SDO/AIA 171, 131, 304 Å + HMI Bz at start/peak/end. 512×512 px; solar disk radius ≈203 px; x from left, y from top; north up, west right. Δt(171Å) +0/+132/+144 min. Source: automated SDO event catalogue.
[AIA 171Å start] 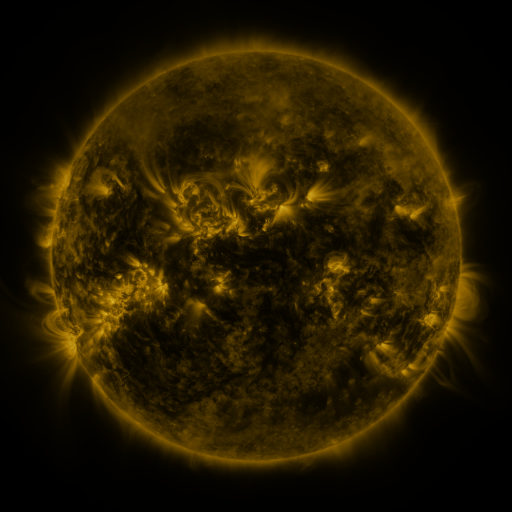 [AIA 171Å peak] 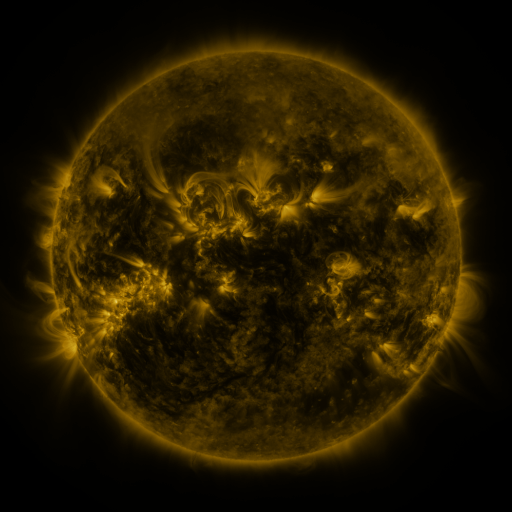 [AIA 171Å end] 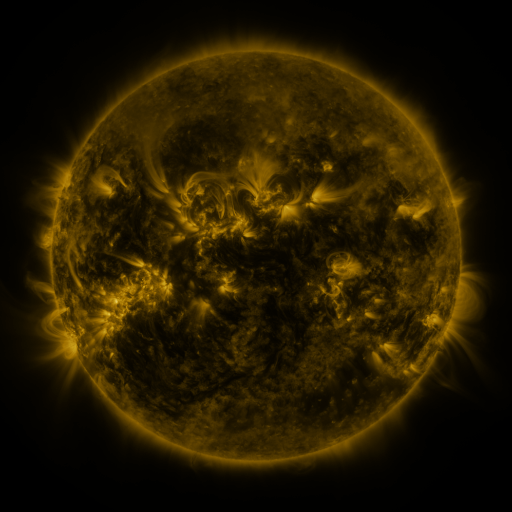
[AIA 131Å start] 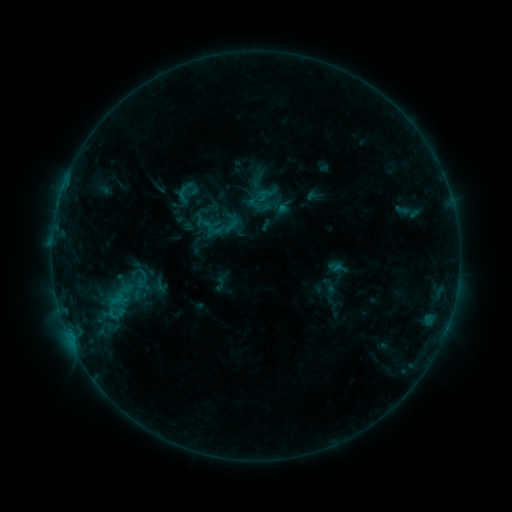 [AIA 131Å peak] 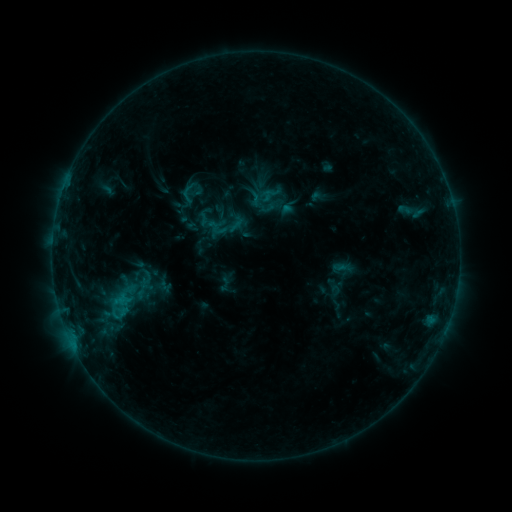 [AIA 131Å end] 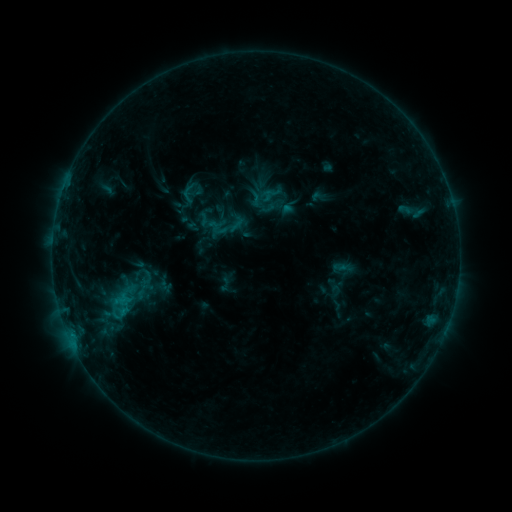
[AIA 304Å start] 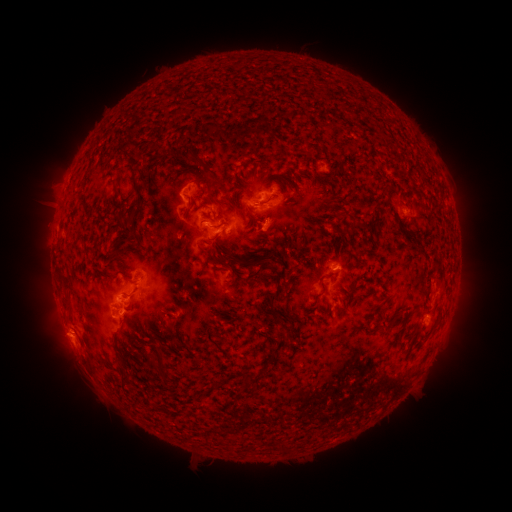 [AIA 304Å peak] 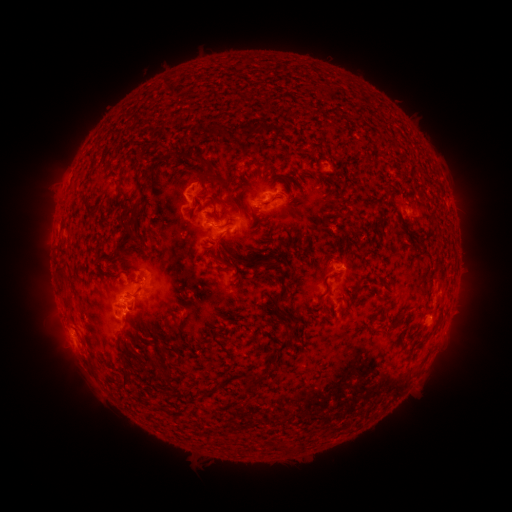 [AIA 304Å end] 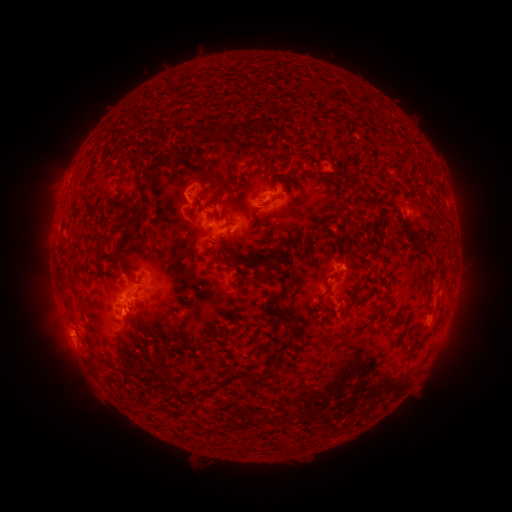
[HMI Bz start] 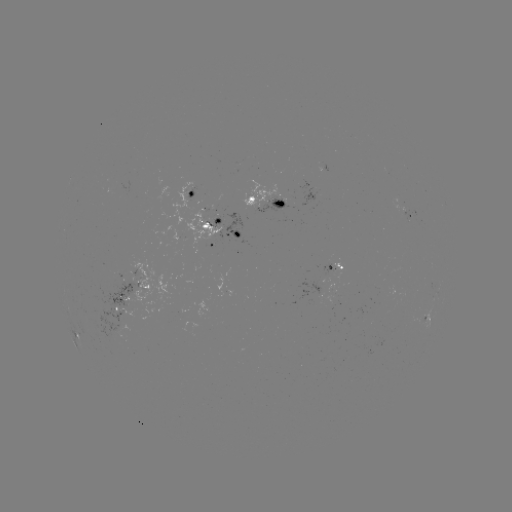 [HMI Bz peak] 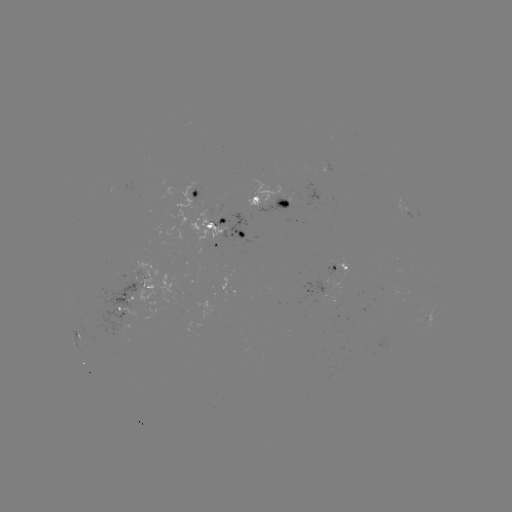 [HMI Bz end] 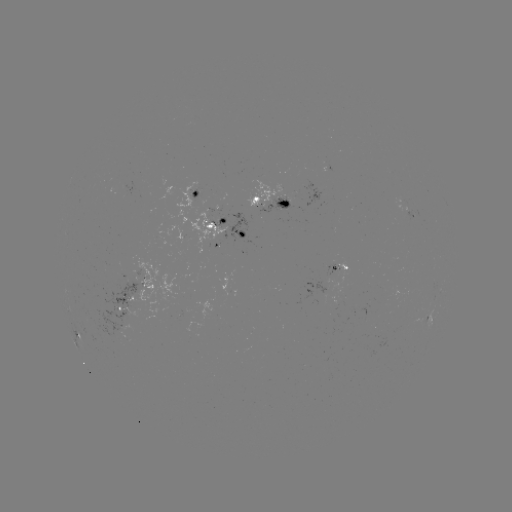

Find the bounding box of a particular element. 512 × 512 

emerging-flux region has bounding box [258, 195, 289, 214].